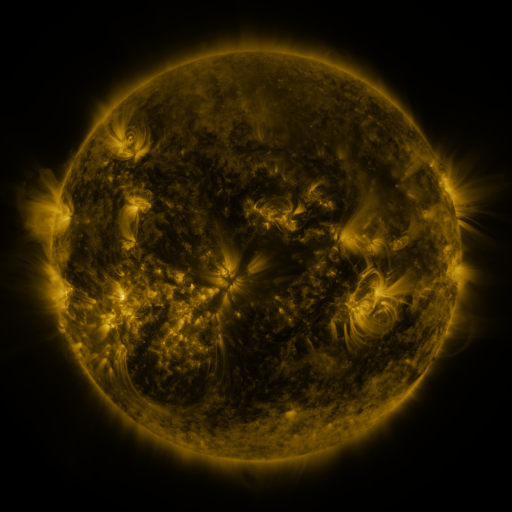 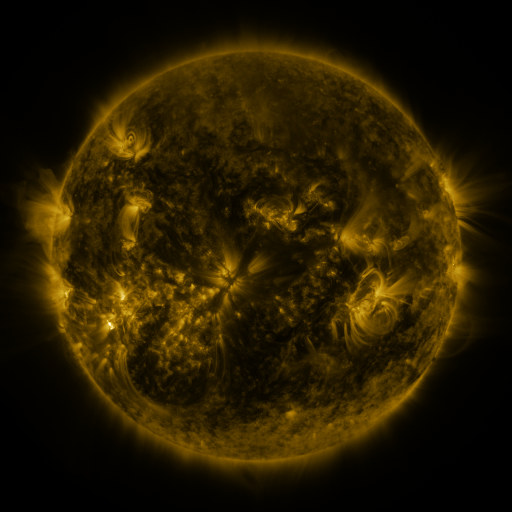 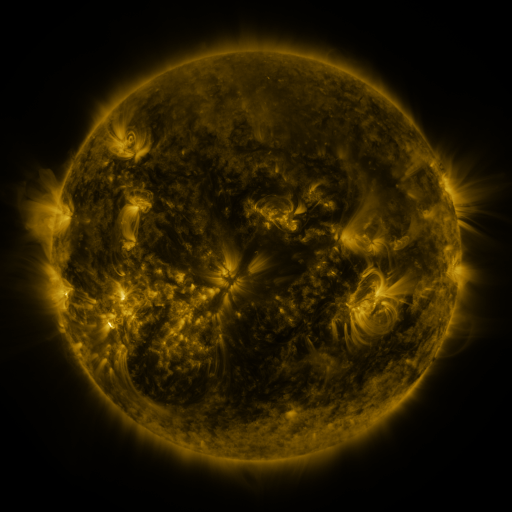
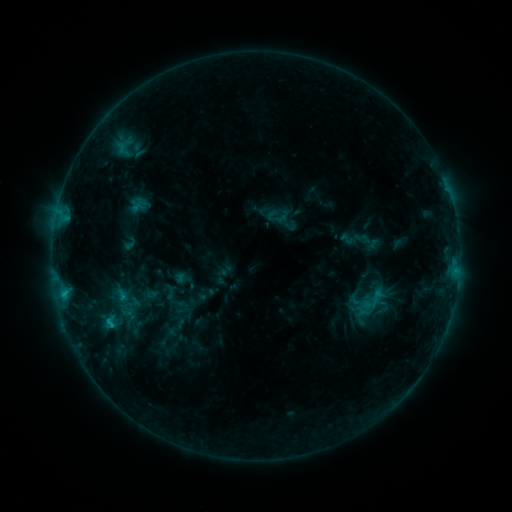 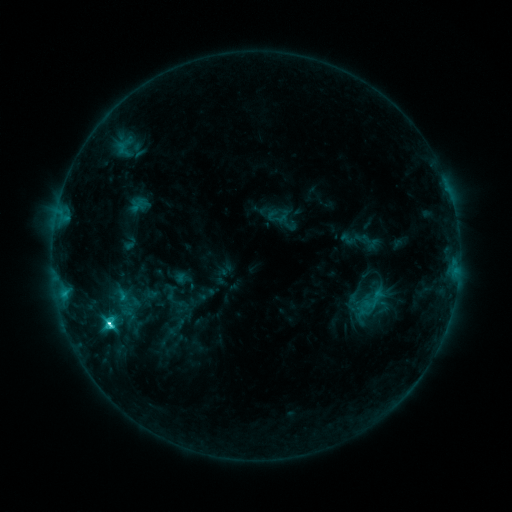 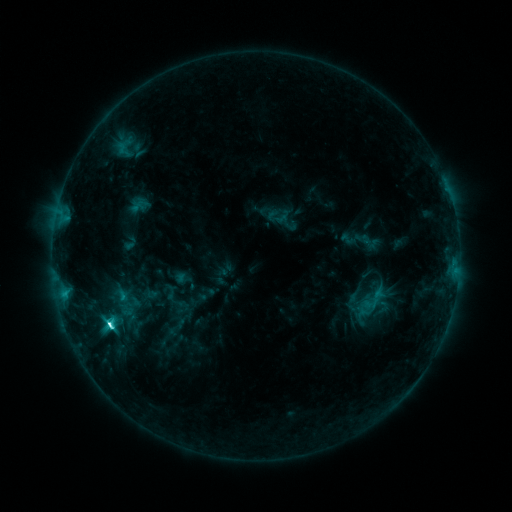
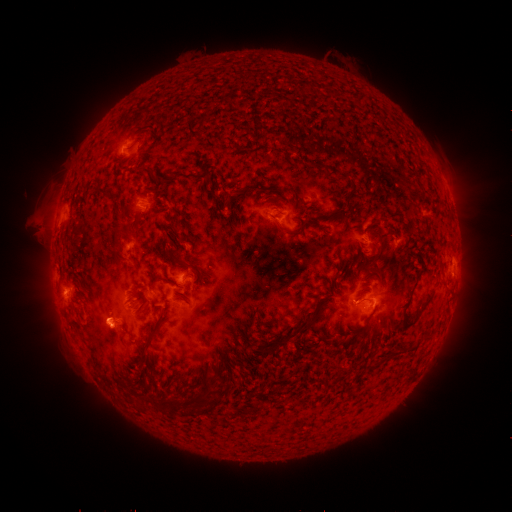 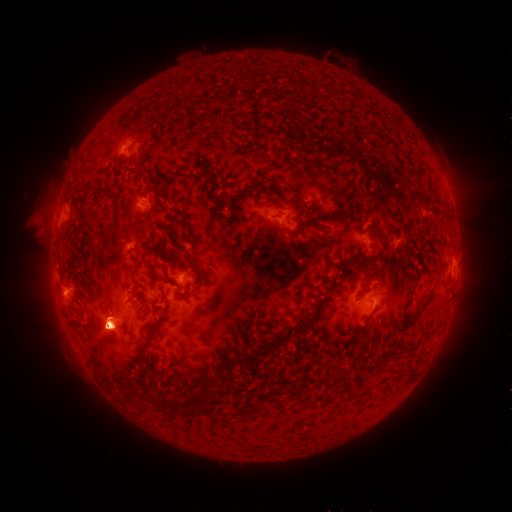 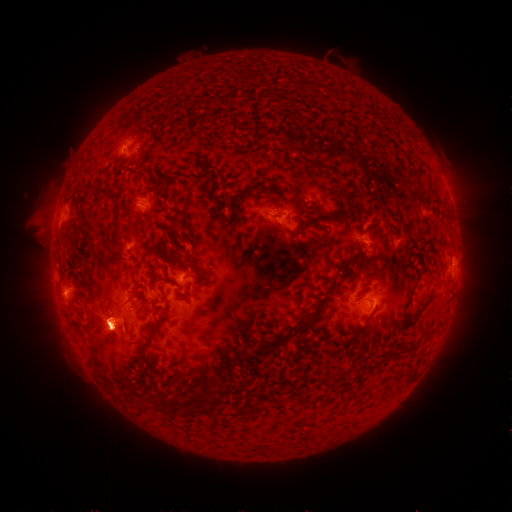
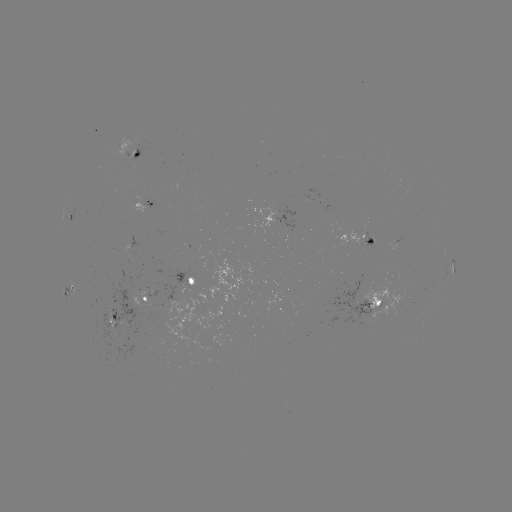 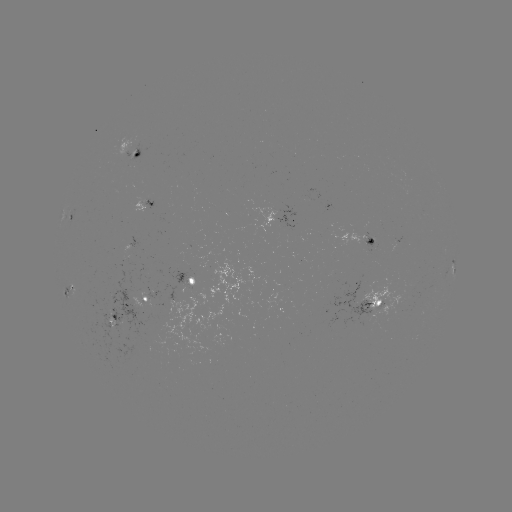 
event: flare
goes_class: C8.5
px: (111, 323)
